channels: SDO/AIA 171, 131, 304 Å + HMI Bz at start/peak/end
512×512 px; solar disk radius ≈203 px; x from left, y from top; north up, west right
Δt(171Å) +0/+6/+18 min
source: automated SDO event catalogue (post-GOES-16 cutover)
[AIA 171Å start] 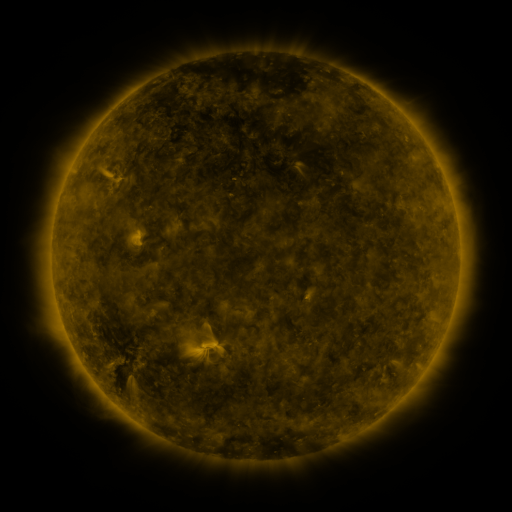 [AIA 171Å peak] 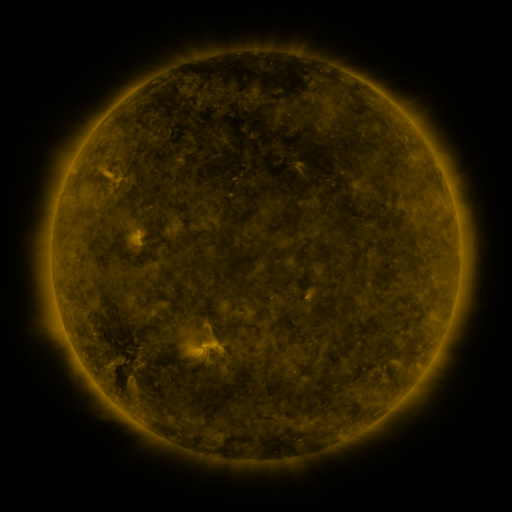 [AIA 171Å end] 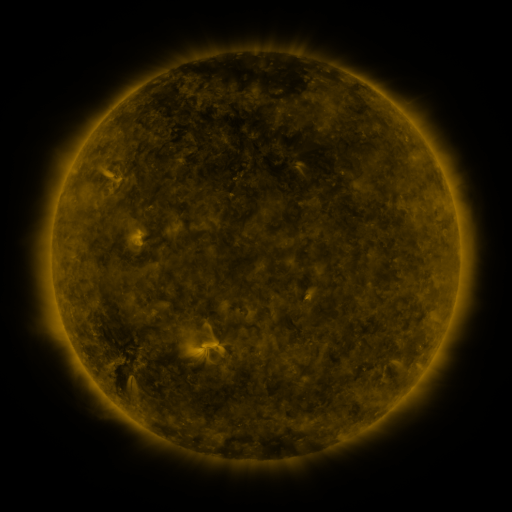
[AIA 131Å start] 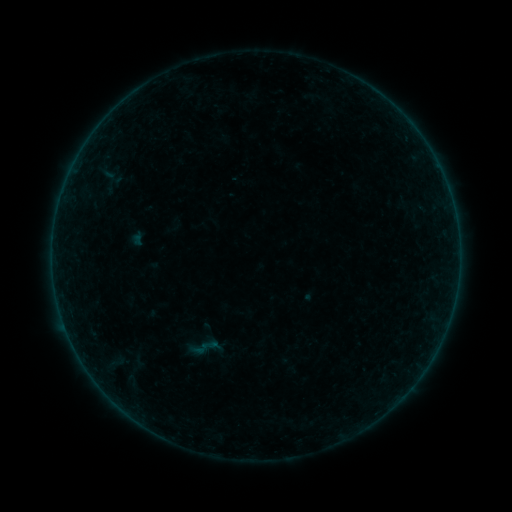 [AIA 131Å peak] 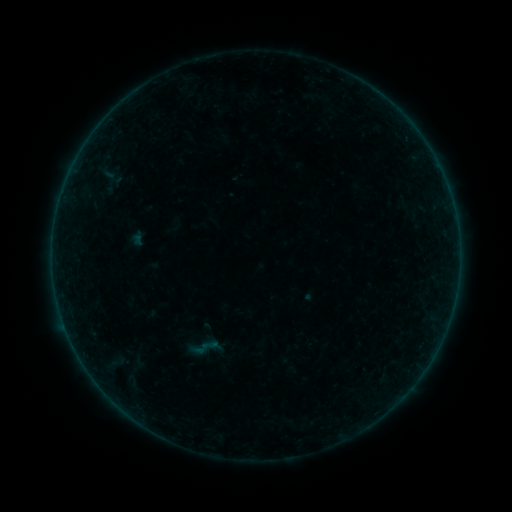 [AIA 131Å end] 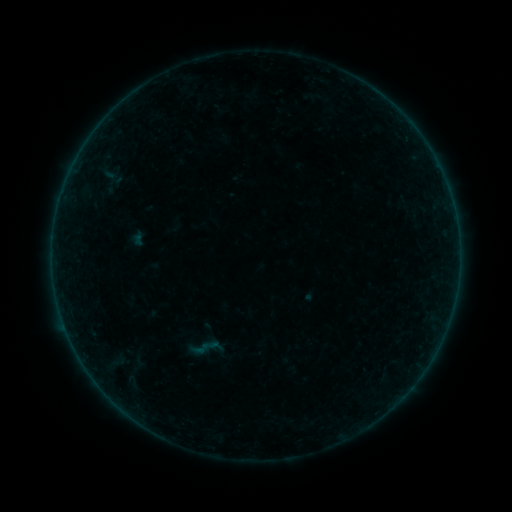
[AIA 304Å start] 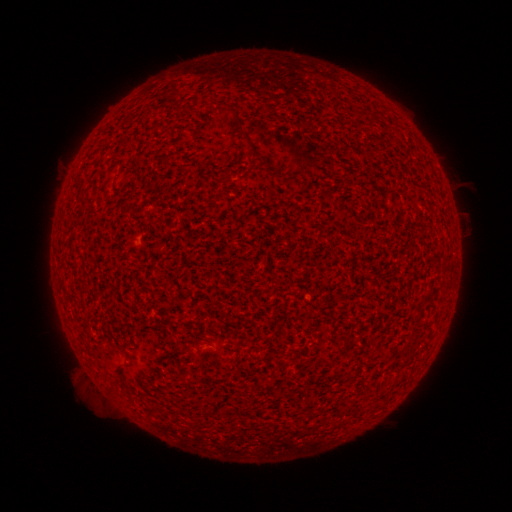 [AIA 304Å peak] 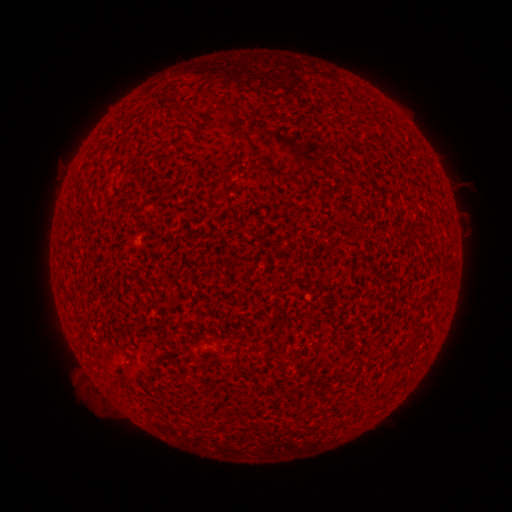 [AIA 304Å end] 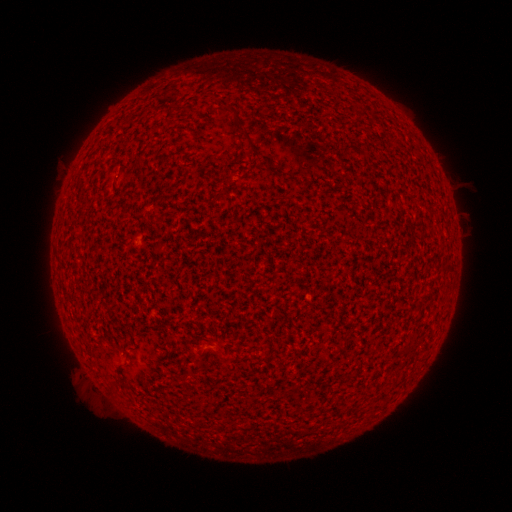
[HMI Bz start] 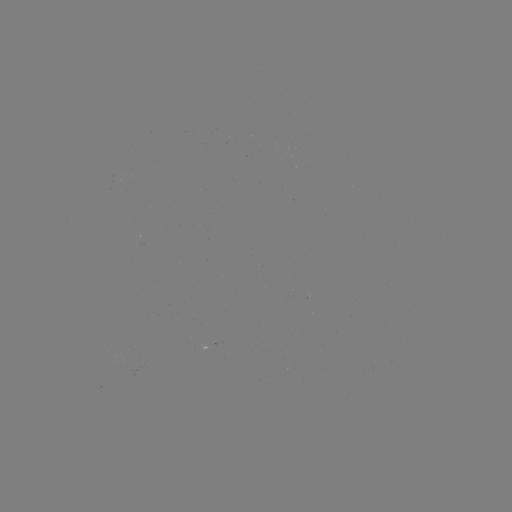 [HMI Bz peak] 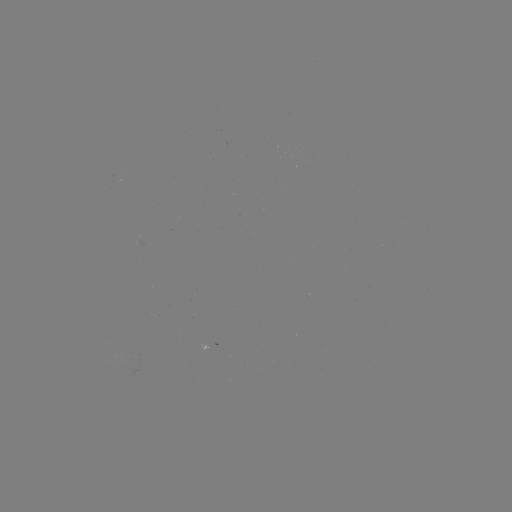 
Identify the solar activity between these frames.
nothing was catalogued: no classed flare, no EUV trigger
